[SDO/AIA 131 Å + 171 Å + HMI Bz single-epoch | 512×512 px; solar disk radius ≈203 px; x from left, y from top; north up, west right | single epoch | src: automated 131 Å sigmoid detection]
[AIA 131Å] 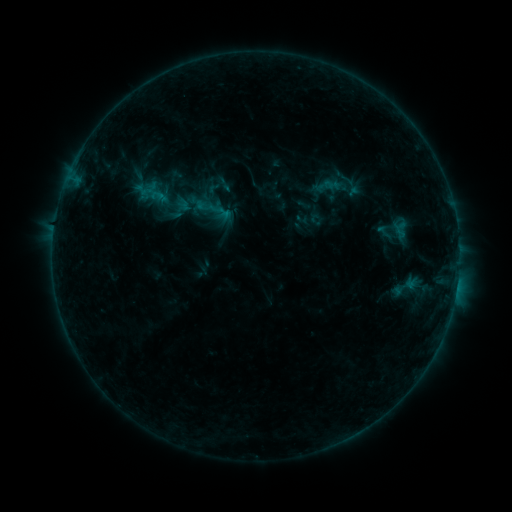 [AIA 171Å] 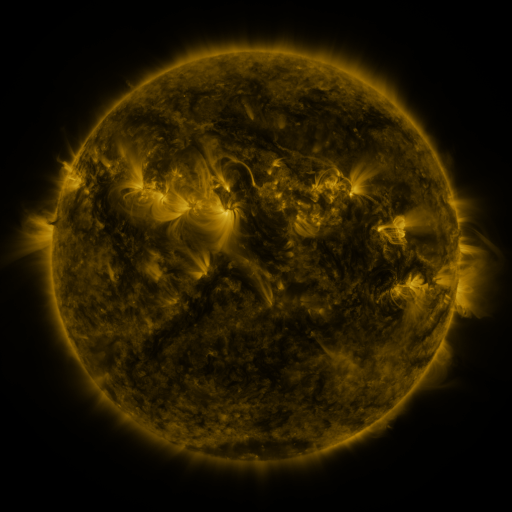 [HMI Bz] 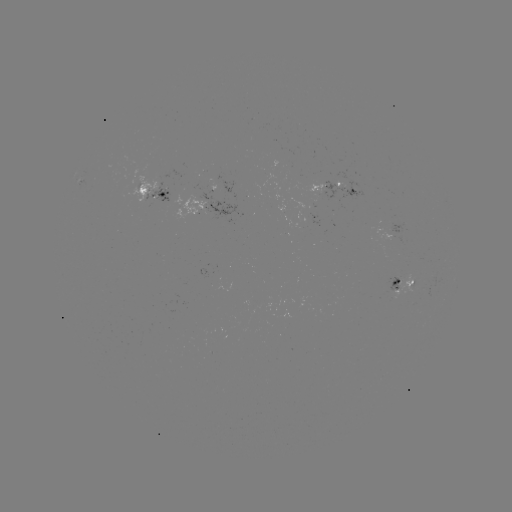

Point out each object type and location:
sigmoid: [164, 192, 196, 223]
sigmoid: [390, 269, 418, 303]
